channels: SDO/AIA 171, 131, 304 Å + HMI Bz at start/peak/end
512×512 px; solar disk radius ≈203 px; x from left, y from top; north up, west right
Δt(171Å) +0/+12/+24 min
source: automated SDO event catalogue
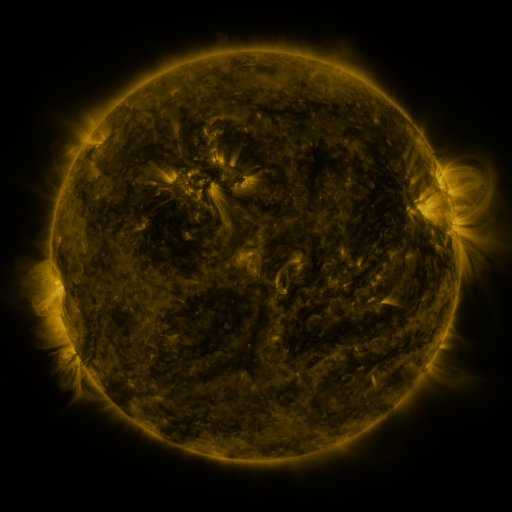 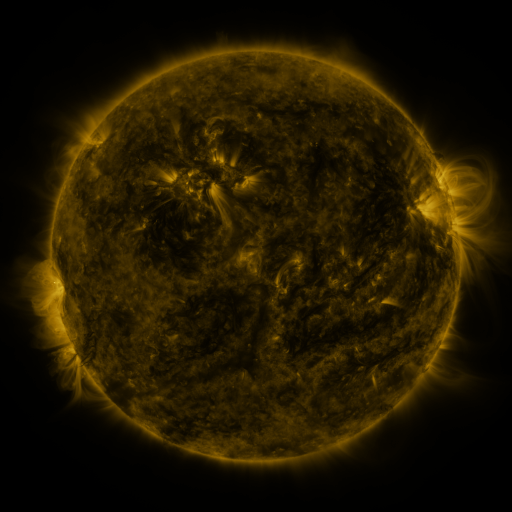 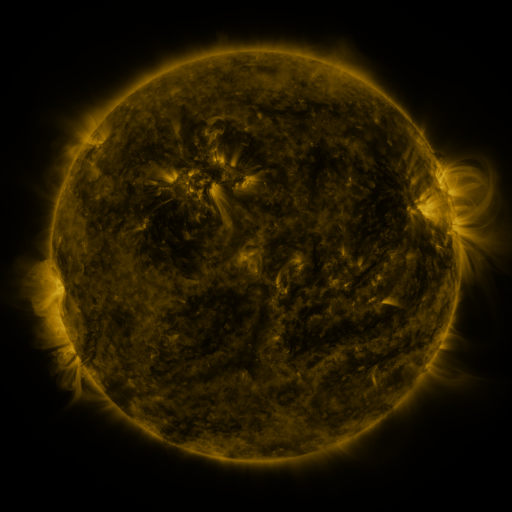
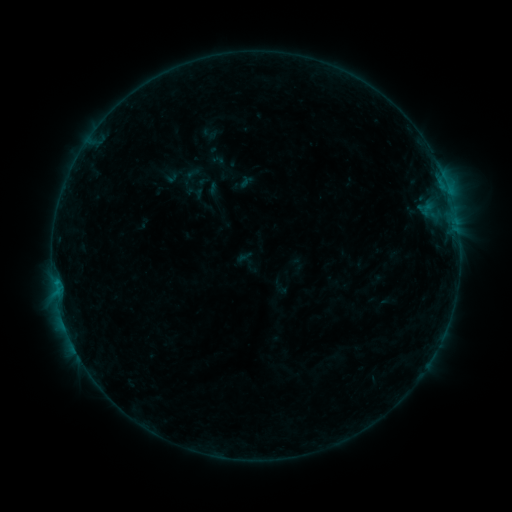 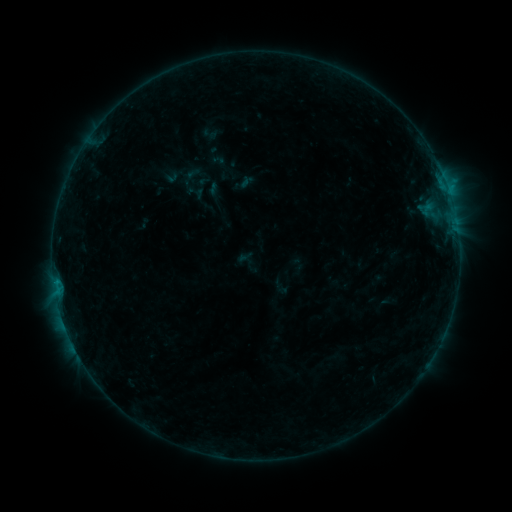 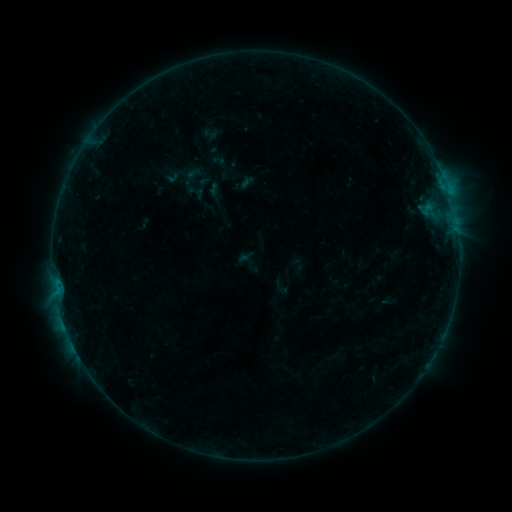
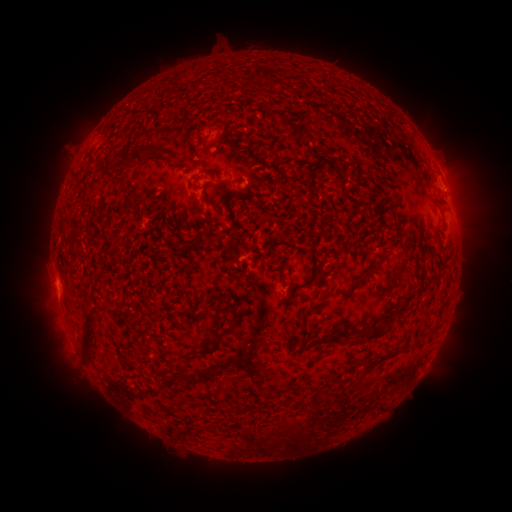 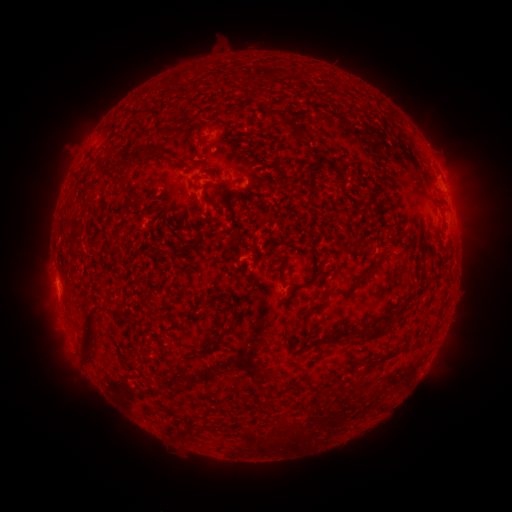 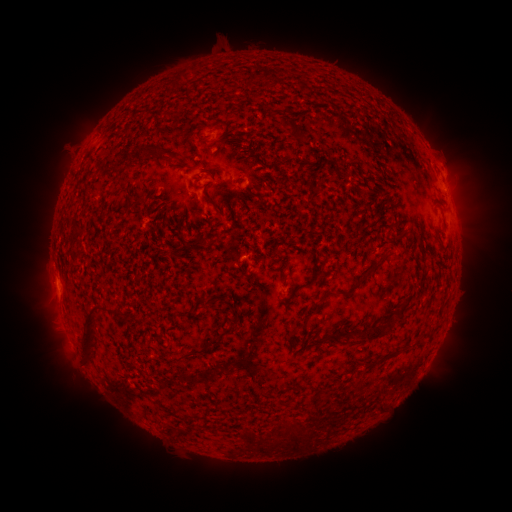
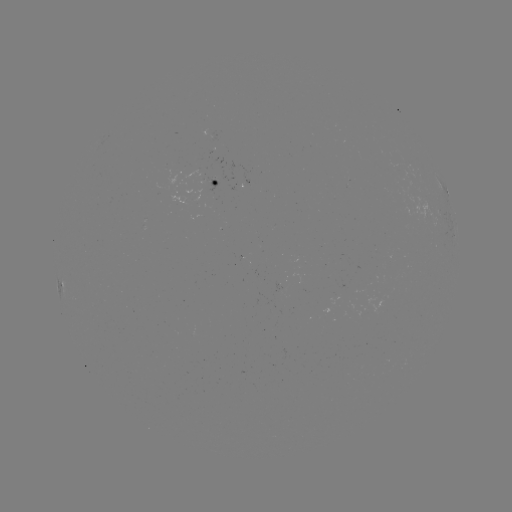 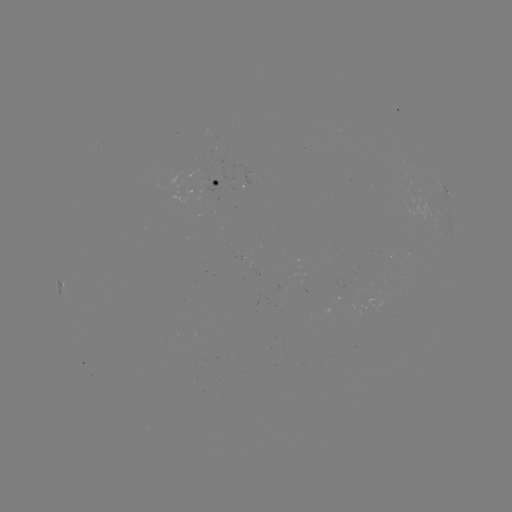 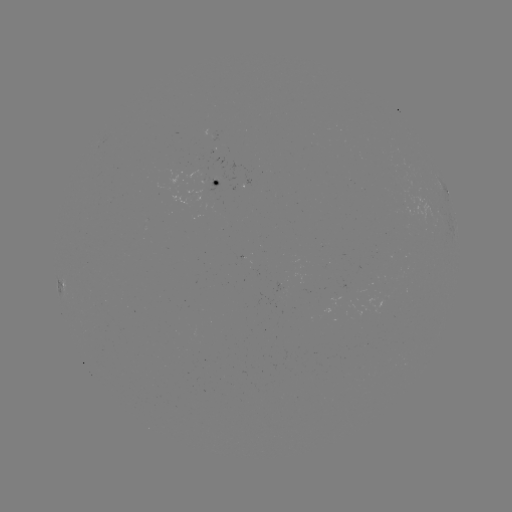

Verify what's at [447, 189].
B4.8 flare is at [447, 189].